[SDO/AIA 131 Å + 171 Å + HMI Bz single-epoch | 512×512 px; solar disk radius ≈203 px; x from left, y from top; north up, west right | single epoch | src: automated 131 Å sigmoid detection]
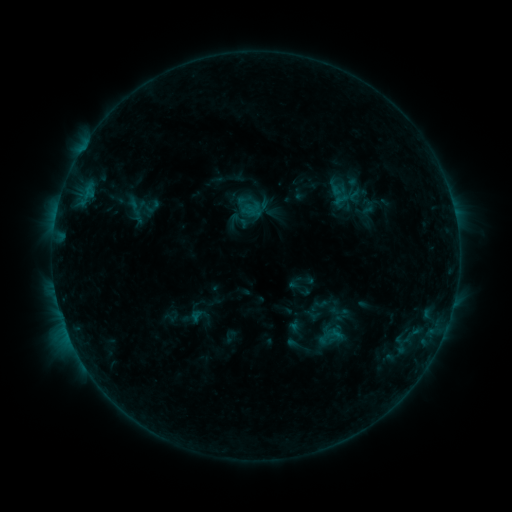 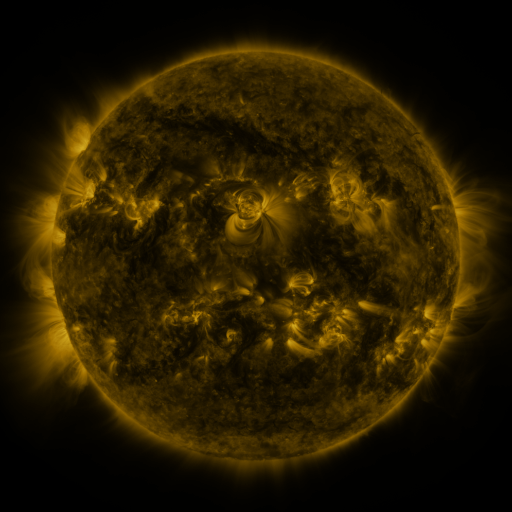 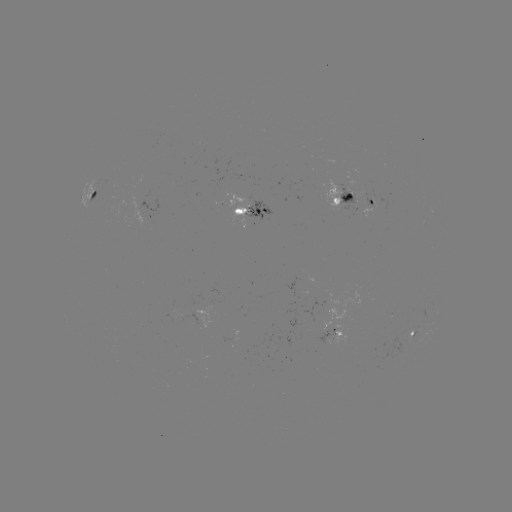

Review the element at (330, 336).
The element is sigmoid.